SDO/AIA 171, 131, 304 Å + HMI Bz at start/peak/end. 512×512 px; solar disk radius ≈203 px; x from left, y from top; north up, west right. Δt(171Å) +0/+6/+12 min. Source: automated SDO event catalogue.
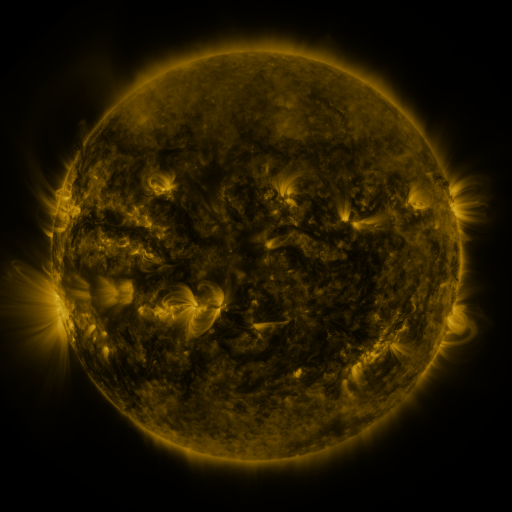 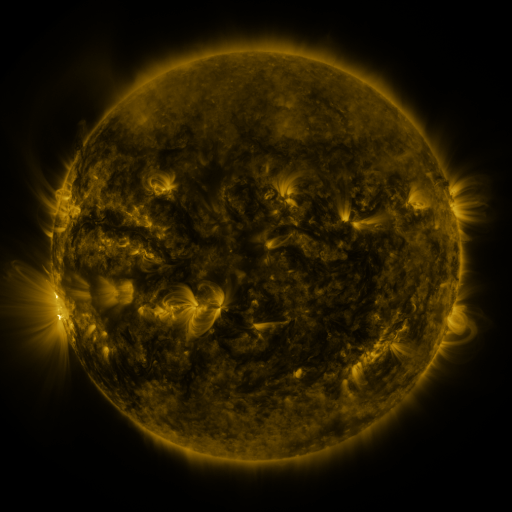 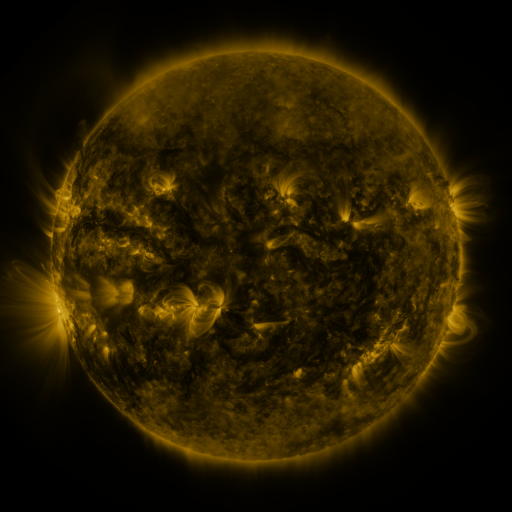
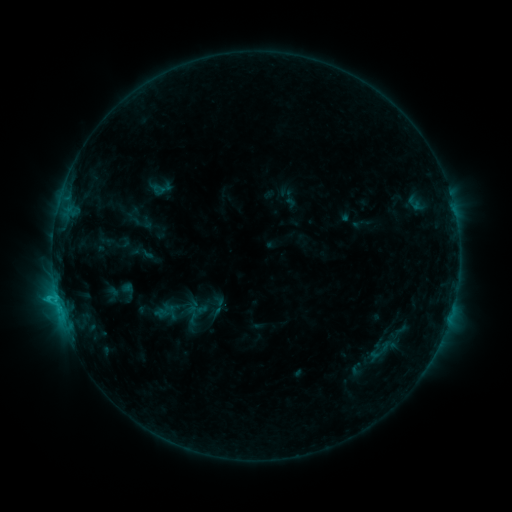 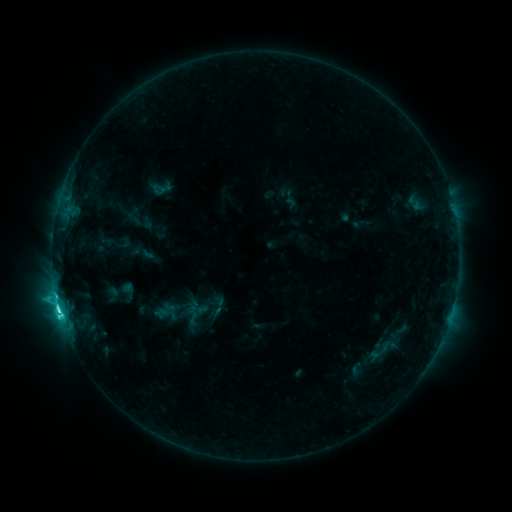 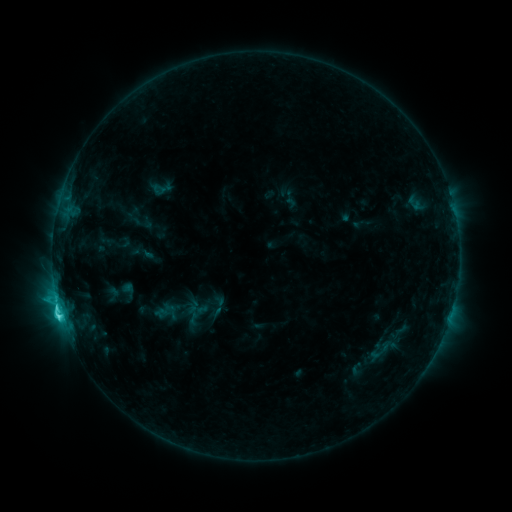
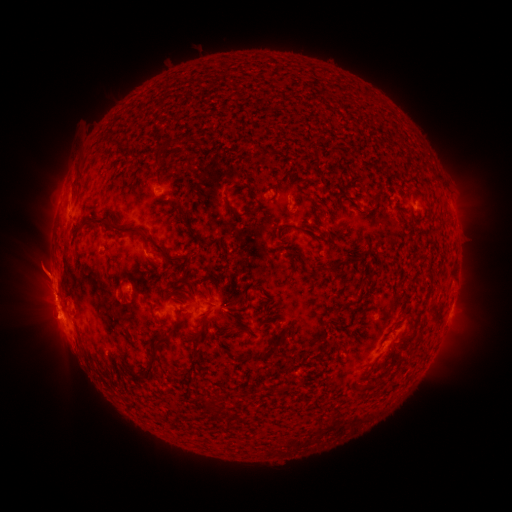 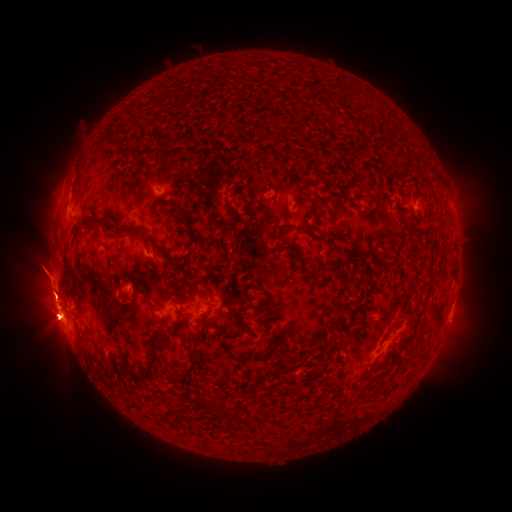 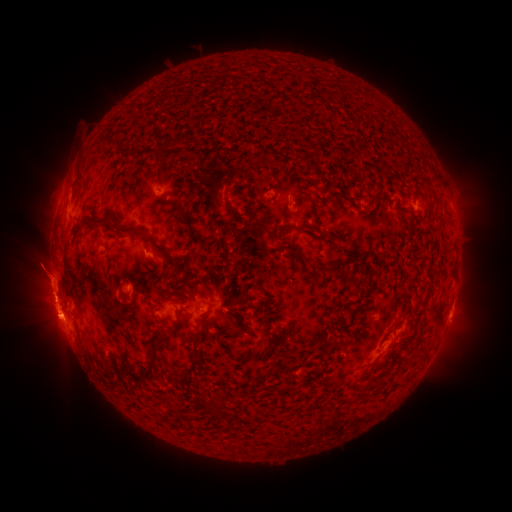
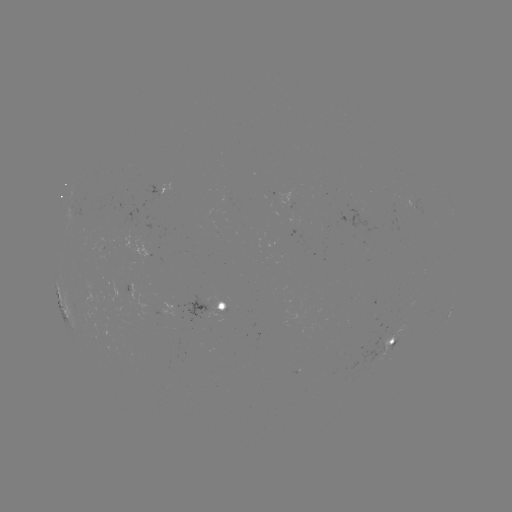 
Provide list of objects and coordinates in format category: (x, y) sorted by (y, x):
eruption: (59, 371)
